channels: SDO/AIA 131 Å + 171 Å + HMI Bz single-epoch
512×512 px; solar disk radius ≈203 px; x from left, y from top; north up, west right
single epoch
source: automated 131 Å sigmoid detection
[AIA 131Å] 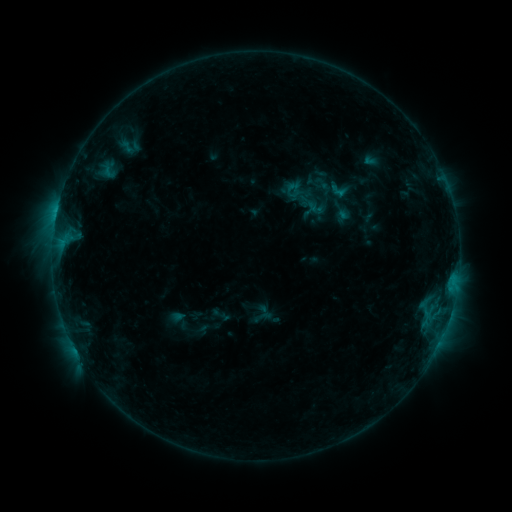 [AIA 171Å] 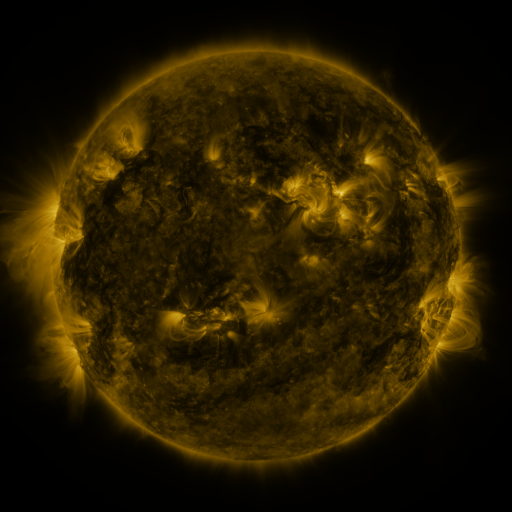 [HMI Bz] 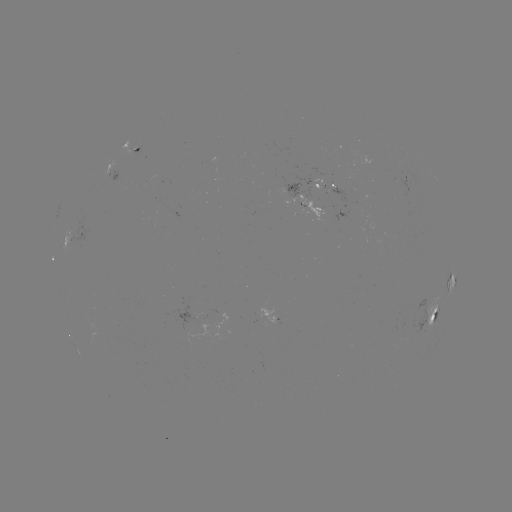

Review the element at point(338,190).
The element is sigmoid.